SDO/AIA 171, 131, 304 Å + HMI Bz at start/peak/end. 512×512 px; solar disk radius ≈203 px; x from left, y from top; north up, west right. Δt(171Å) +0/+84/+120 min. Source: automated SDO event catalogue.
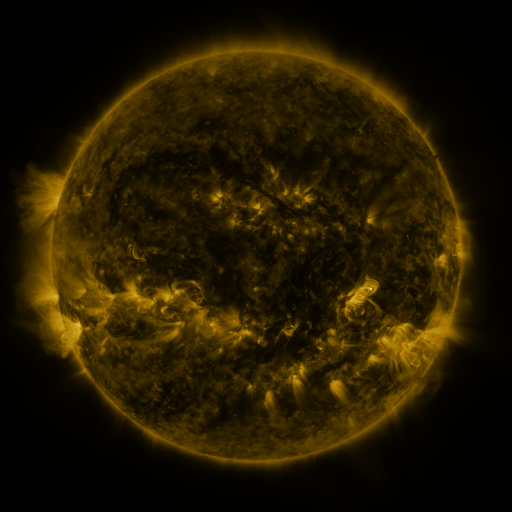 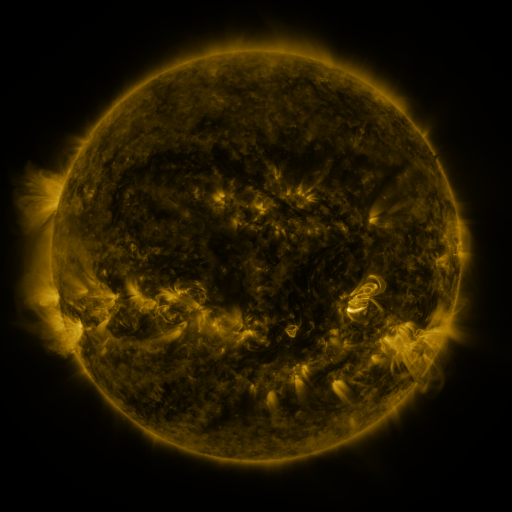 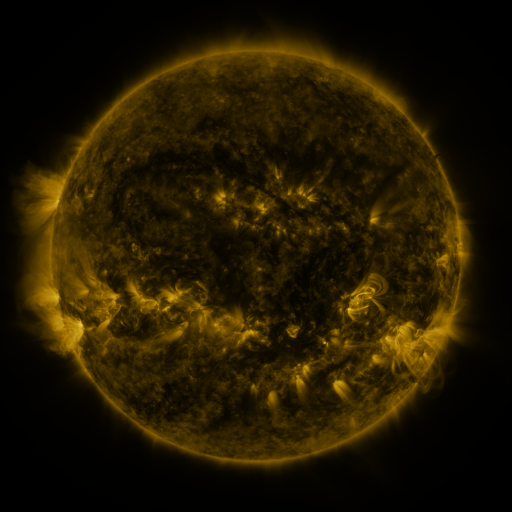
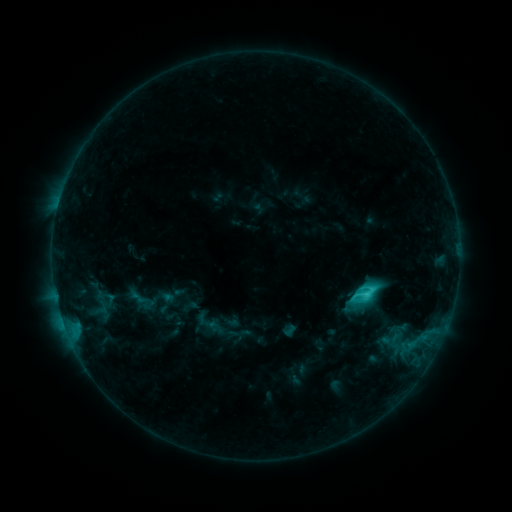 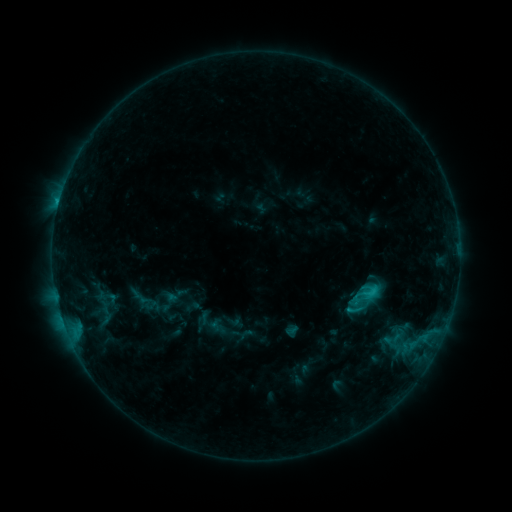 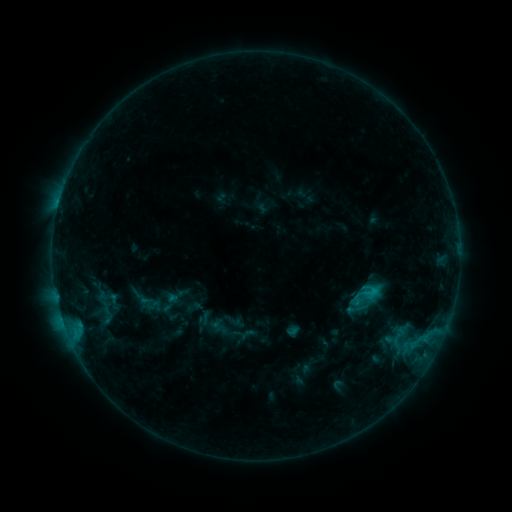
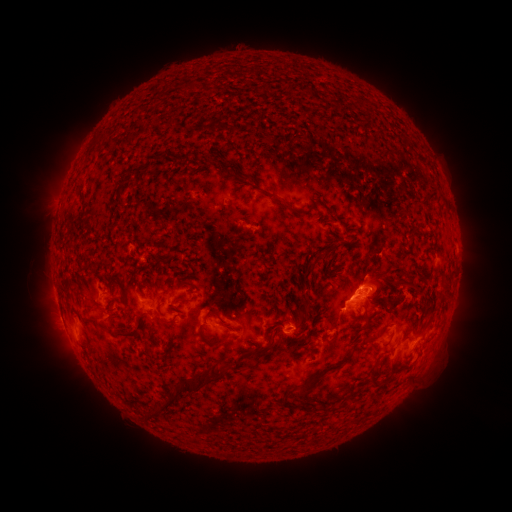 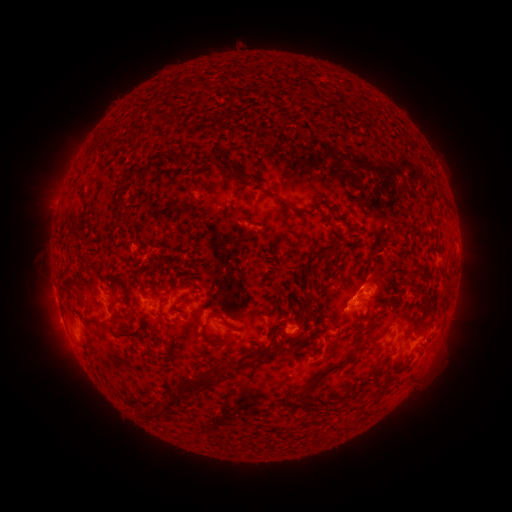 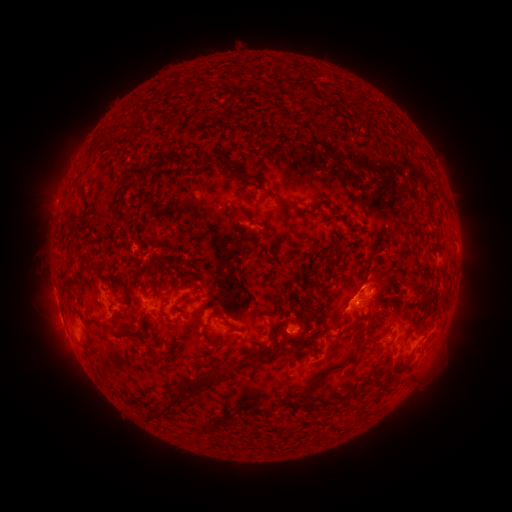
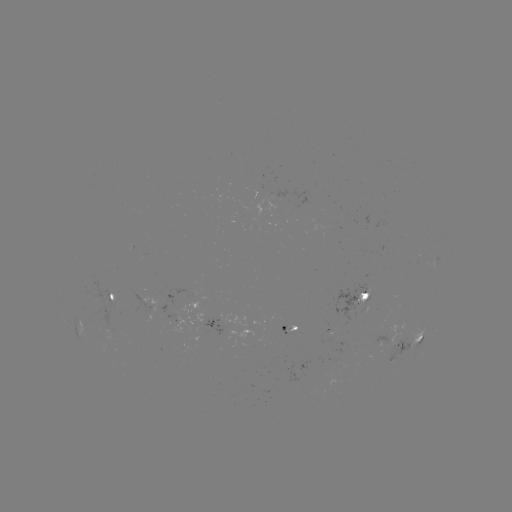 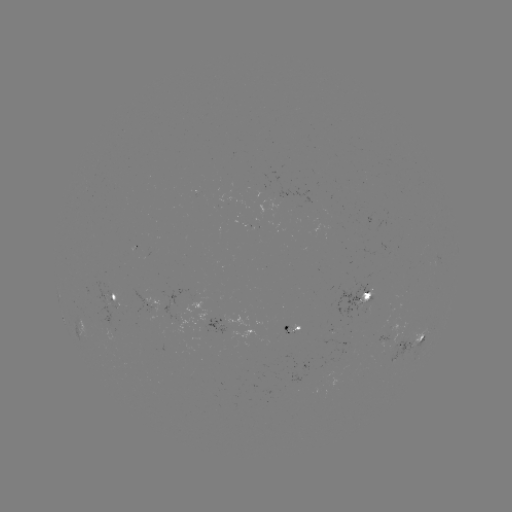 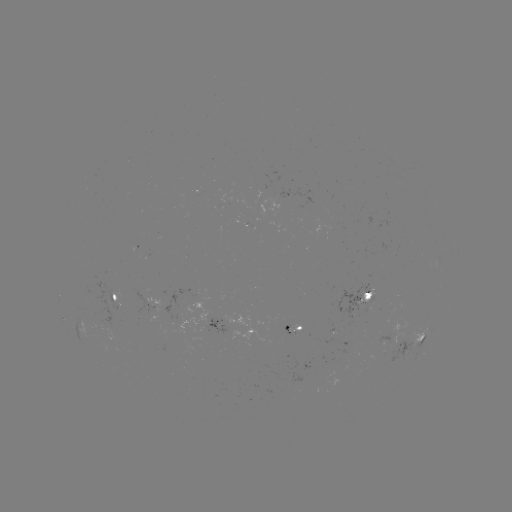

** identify emerging-flux region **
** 352,349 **